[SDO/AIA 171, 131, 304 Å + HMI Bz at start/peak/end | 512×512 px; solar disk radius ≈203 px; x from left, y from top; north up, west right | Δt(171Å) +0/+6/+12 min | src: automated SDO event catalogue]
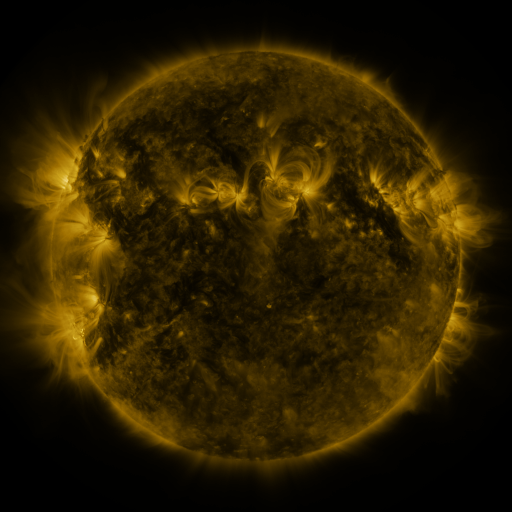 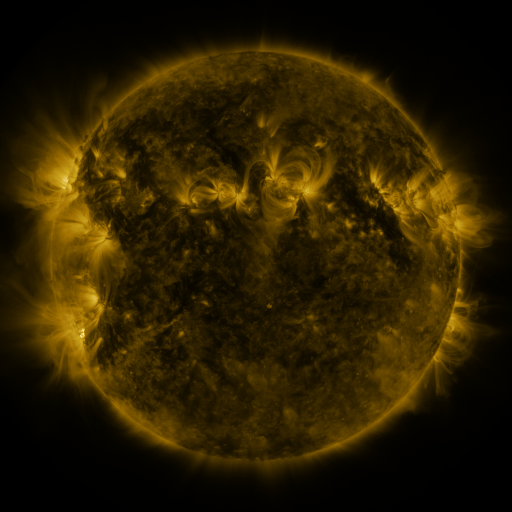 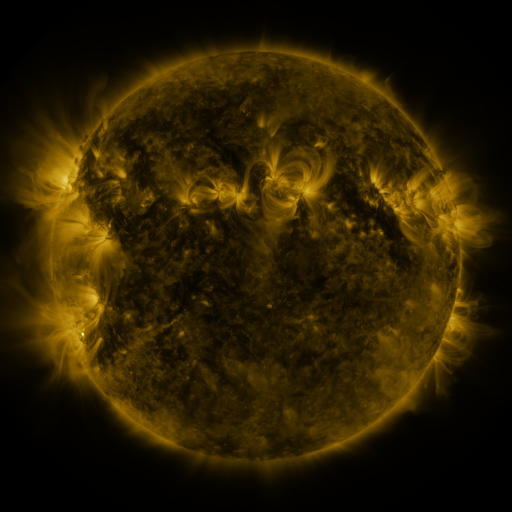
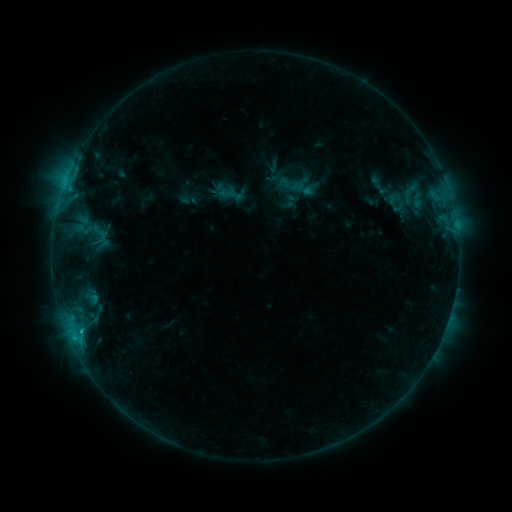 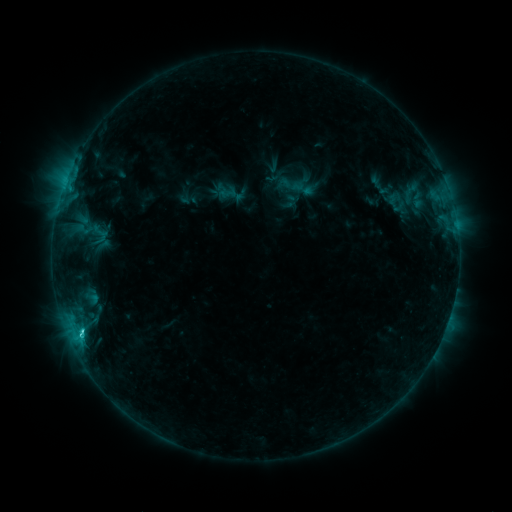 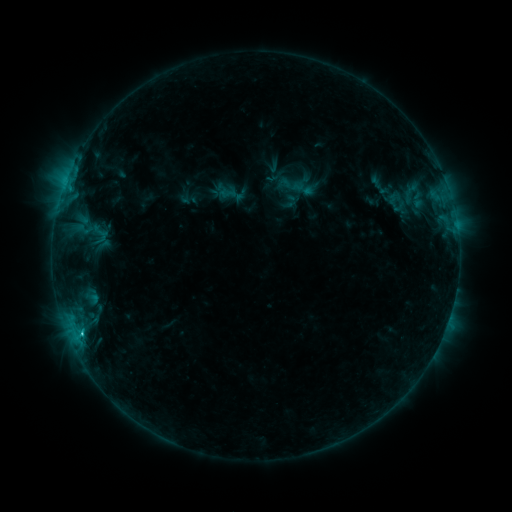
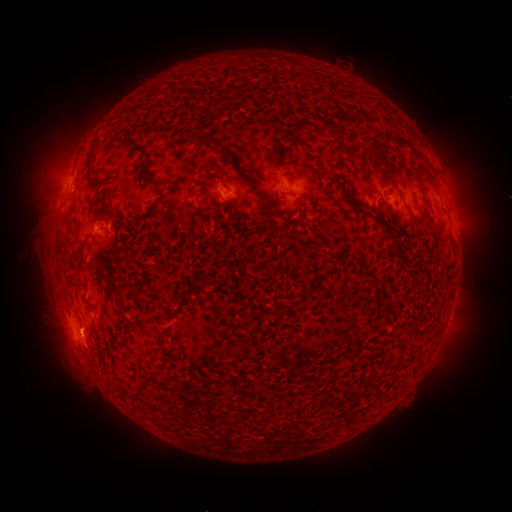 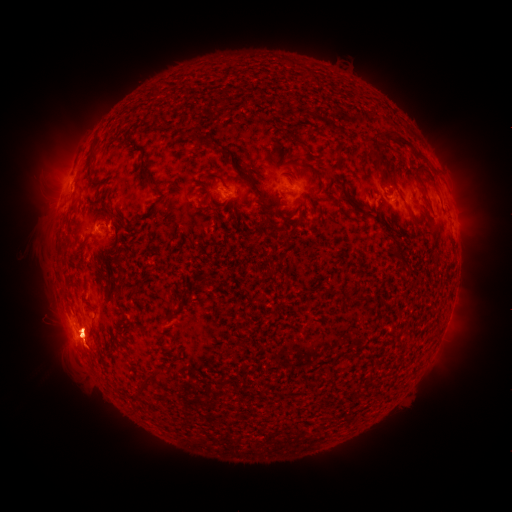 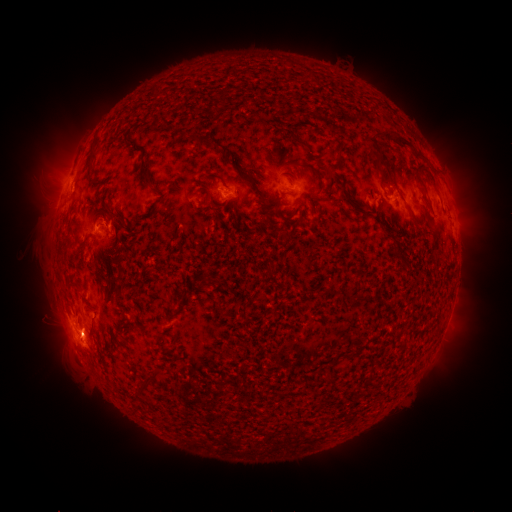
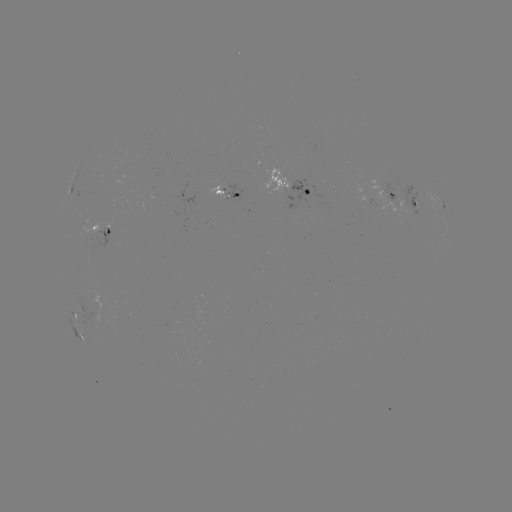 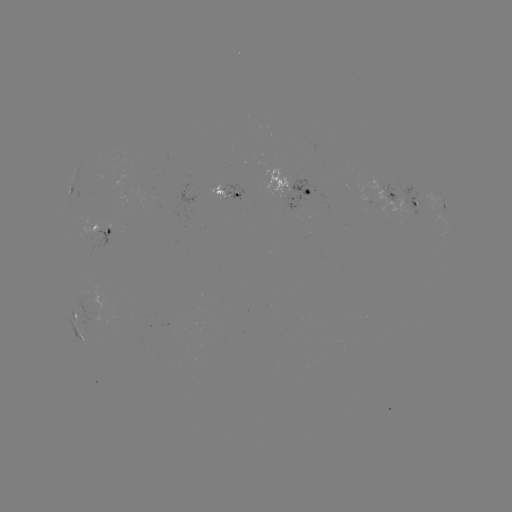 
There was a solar flare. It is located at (82, 330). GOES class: C2.0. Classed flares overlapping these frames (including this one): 1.